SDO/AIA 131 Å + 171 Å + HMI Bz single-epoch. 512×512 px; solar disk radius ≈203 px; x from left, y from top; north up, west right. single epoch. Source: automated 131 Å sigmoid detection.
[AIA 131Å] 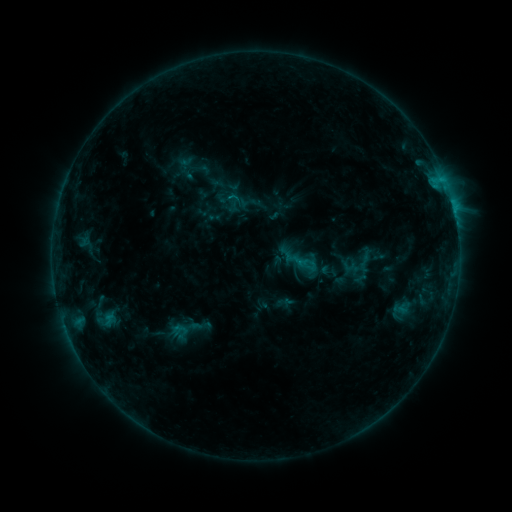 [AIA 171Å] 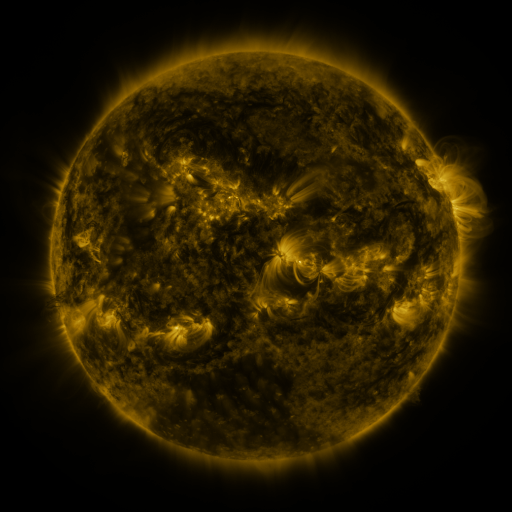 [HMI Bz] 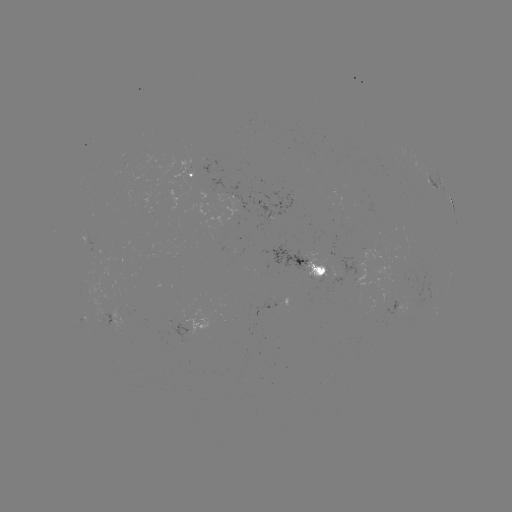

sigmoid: [219, 188, 239, 208]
